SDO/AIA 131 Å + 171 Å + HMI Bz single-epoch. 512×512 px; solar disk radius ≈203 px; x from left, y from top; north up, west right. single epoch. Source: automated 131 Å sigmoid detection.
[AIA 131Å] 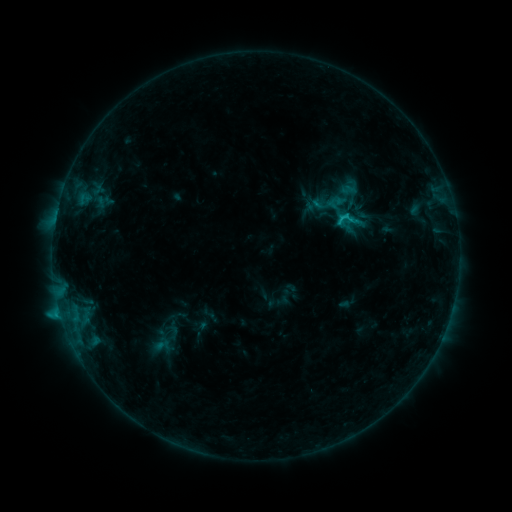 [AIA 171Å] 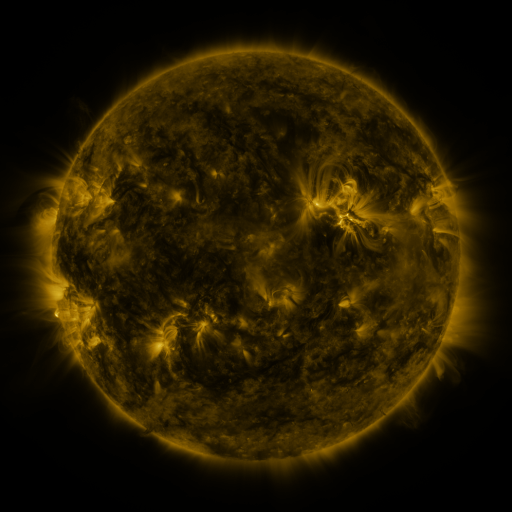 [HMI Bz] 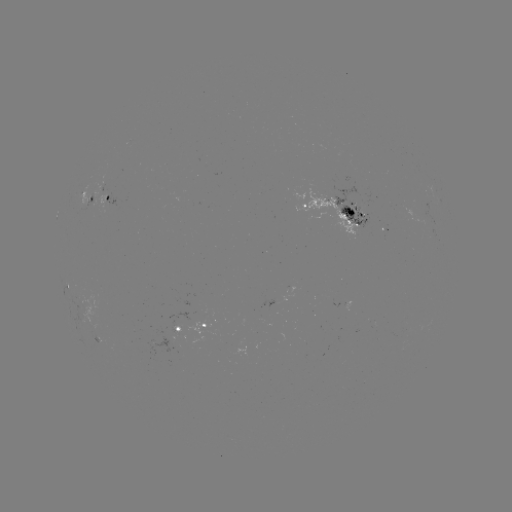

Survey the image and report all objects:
sigmoid: [333, 206, 362, 233]
